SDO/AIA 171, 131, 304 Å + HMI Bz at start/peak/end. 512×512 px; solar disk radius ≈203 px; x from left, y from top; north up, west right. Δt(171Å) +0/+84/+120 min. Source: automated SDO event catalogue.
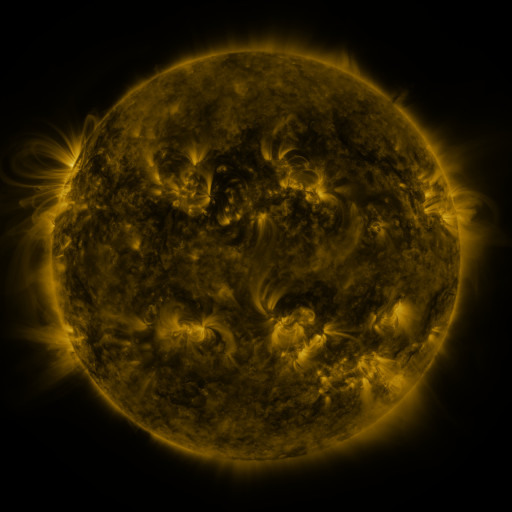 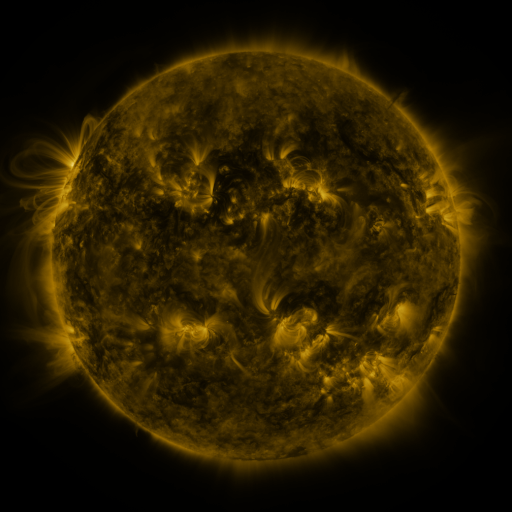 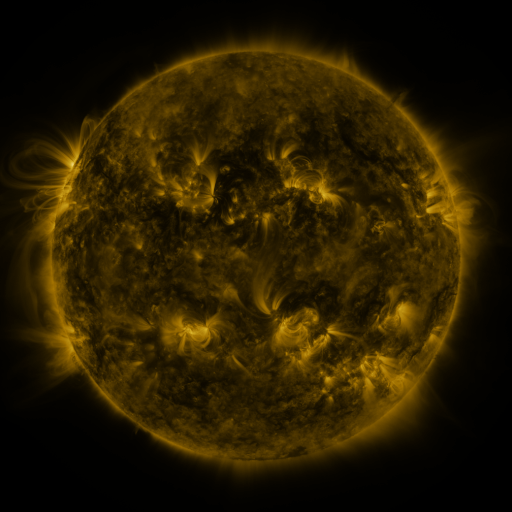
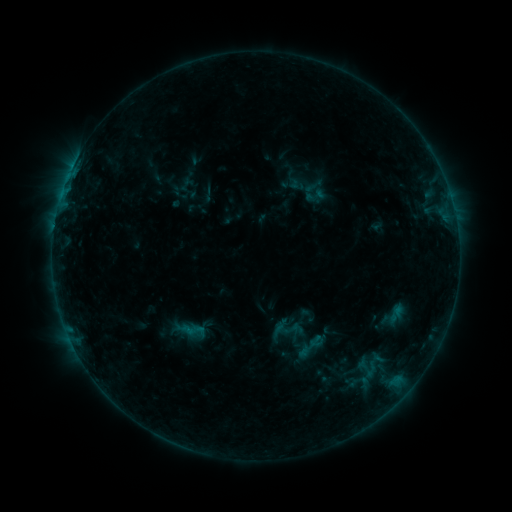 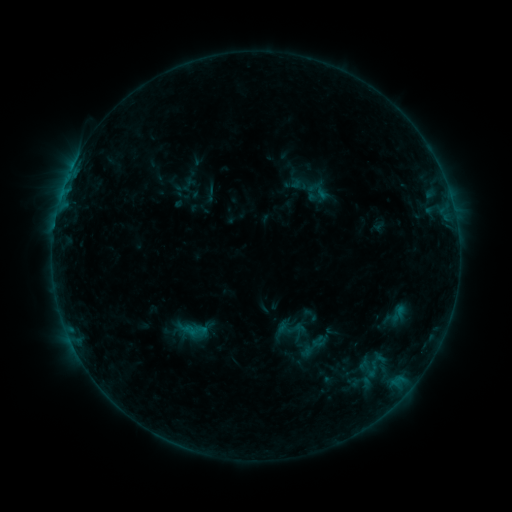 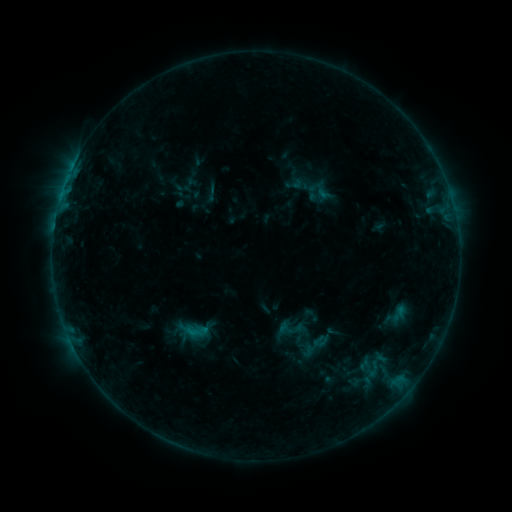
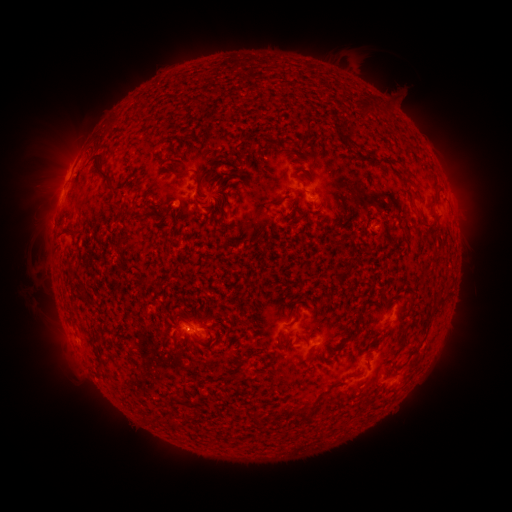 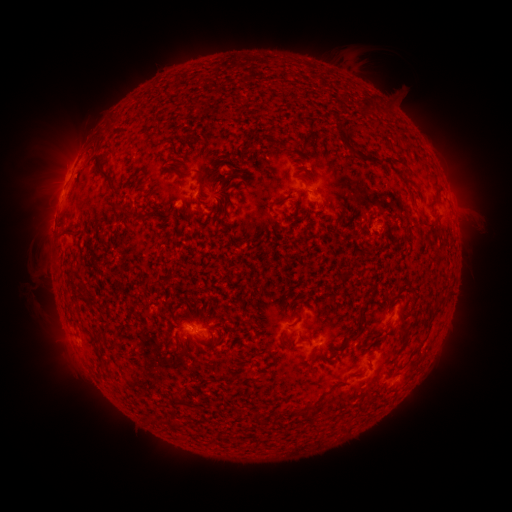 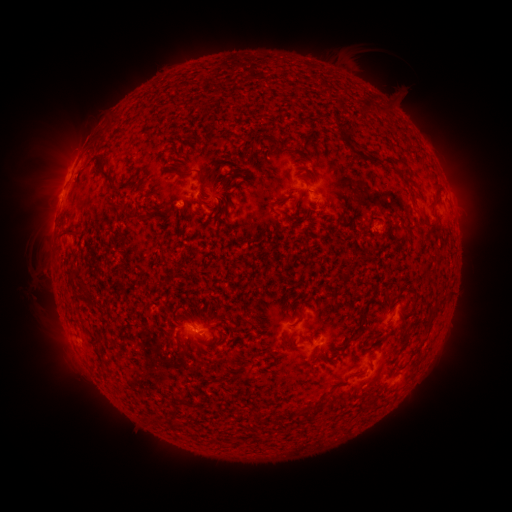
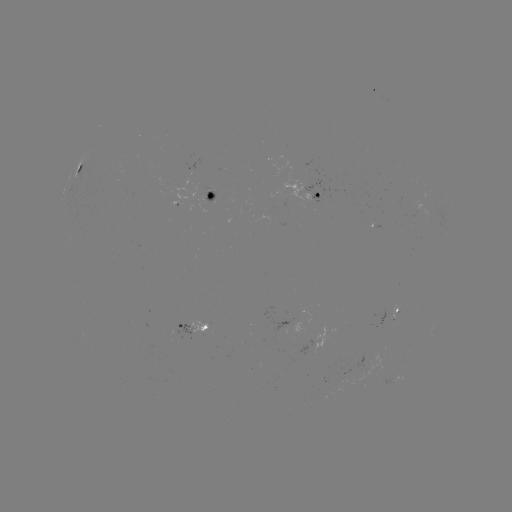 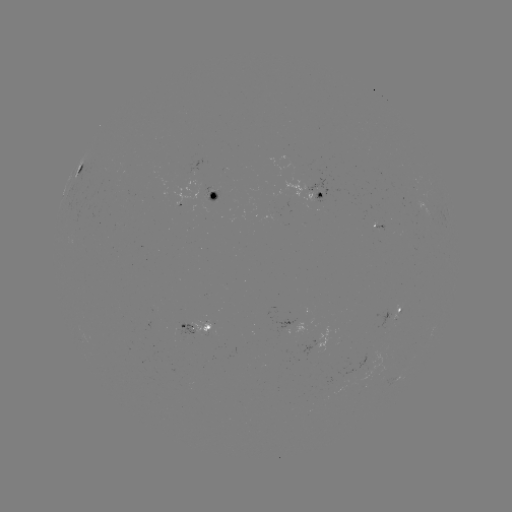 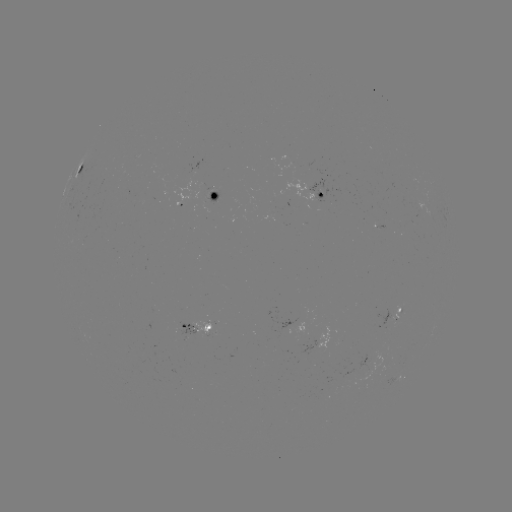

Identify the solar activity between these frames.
emerging-flux region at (209, 196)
